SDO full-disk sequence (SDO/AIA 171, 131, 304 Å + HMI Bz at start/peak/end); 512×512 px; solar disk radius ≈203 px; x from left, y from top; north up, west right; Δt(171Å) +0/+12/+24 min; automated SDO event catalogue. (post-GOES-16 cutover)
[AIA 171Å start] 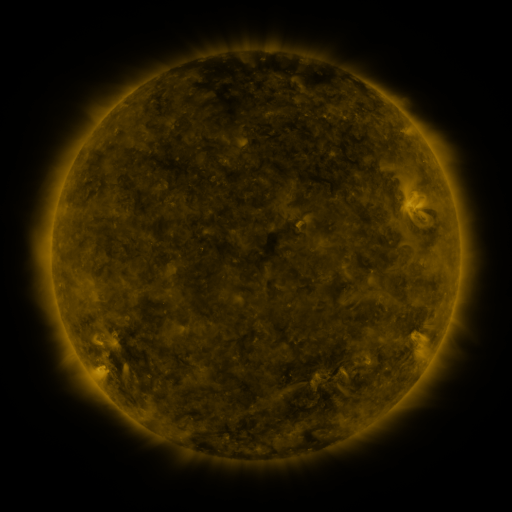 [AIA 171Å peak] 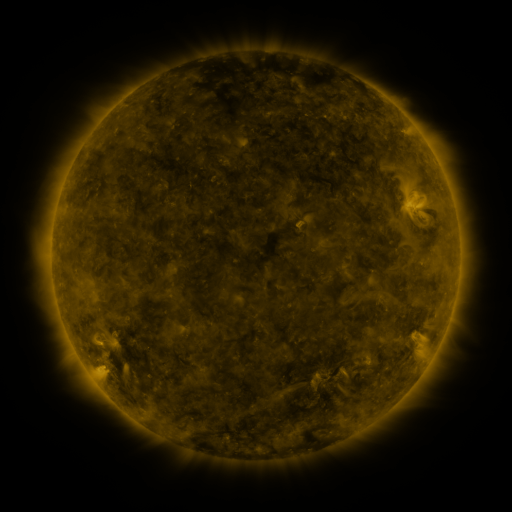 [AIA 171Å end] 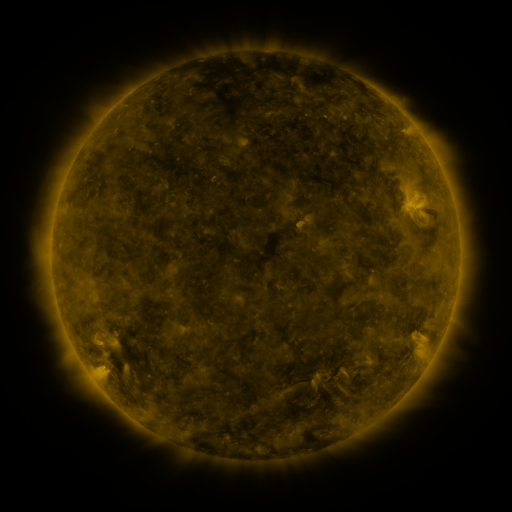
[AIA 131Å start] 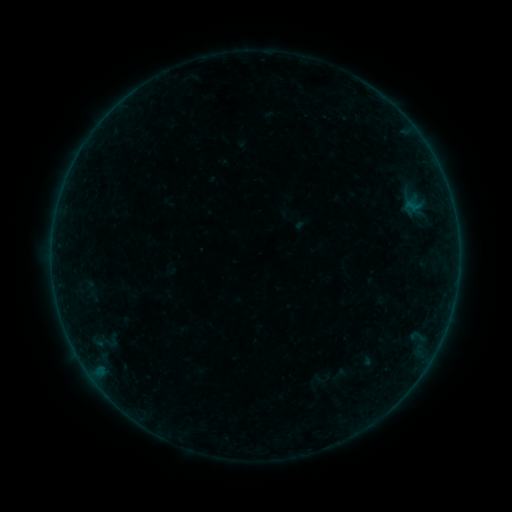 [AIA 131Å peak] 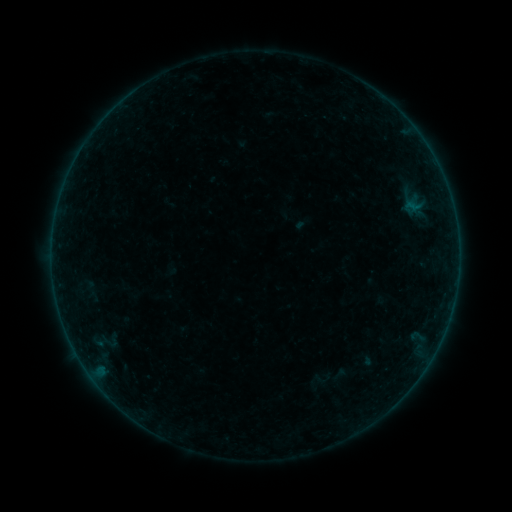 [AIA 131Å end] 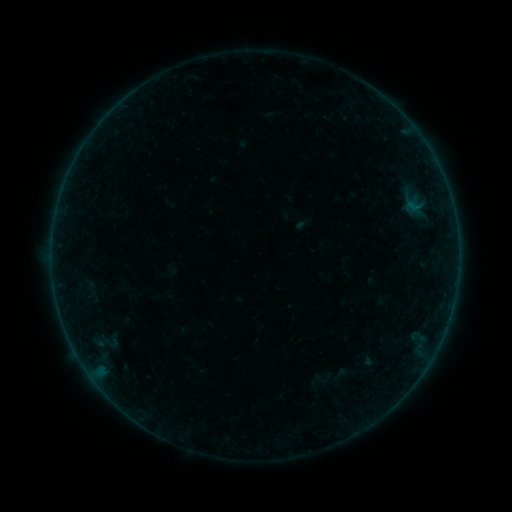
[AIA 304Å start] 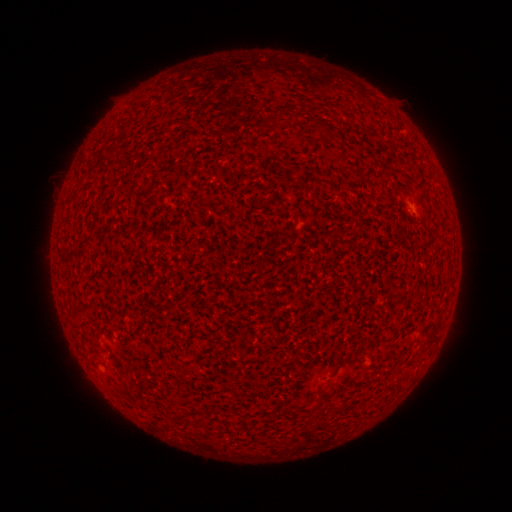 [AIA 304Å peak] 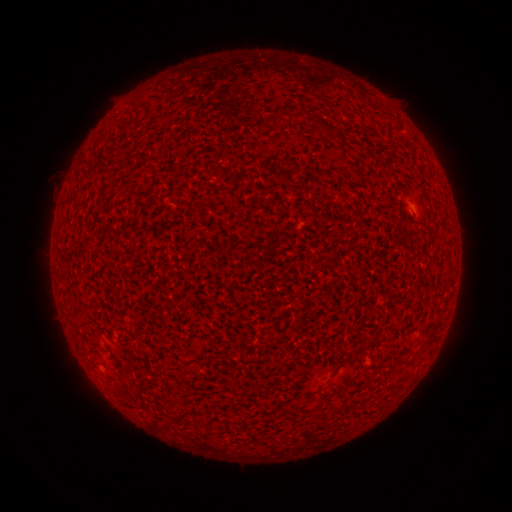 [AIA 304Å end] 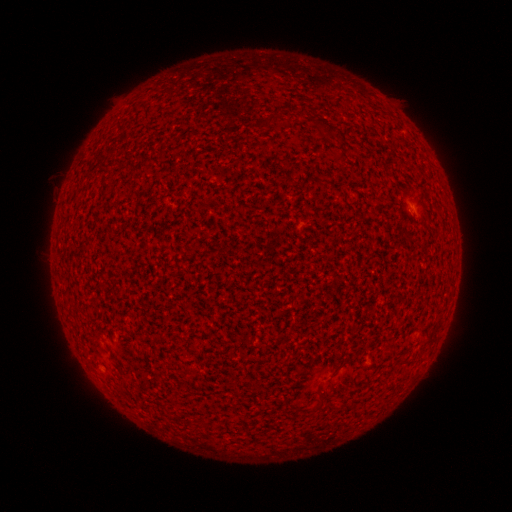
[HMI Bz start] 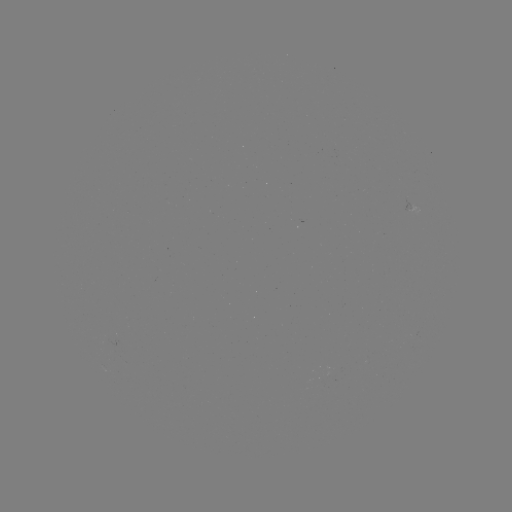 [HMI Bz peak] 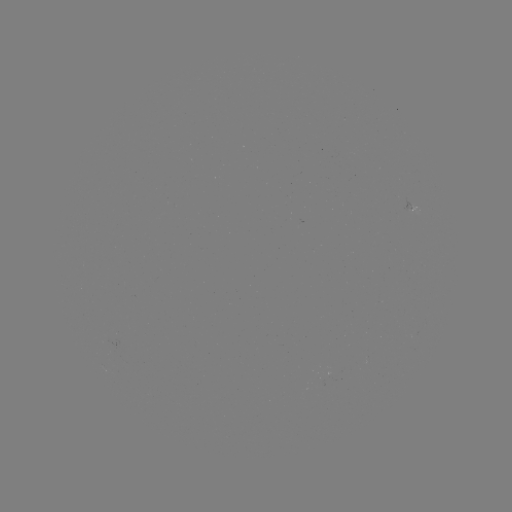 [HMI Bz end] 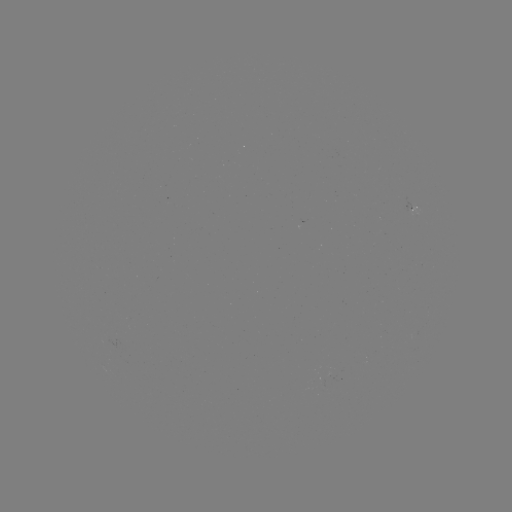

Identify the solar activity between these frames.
no flare in any classed list; no EUV-trigger detection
